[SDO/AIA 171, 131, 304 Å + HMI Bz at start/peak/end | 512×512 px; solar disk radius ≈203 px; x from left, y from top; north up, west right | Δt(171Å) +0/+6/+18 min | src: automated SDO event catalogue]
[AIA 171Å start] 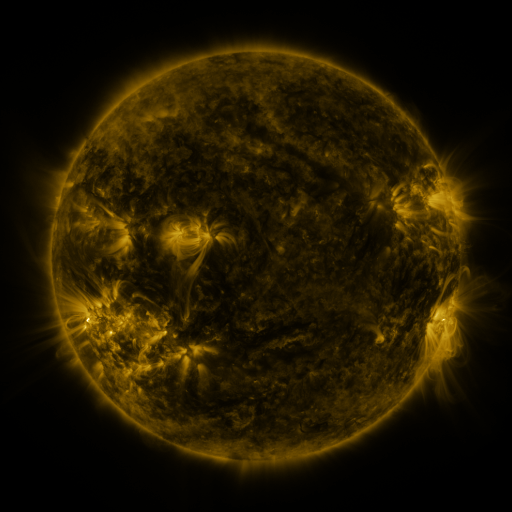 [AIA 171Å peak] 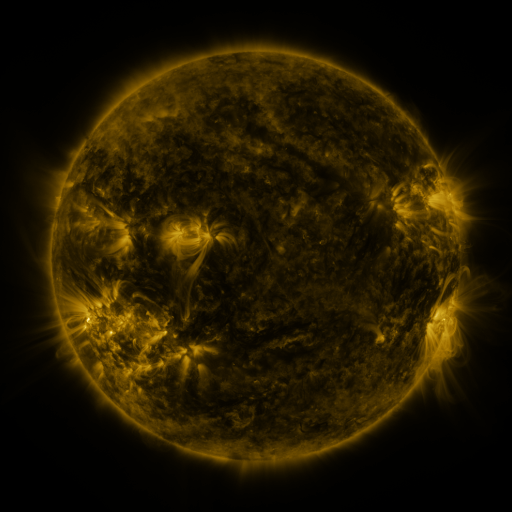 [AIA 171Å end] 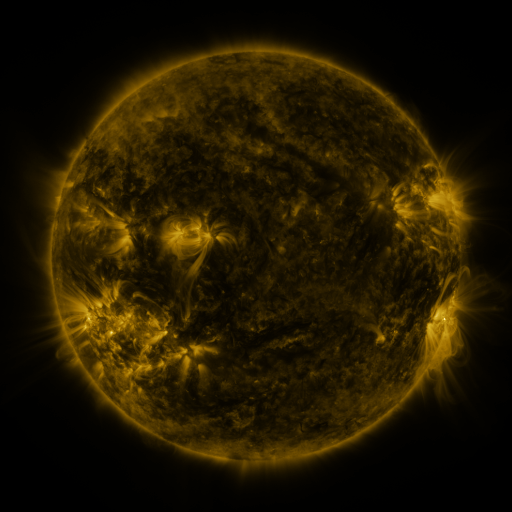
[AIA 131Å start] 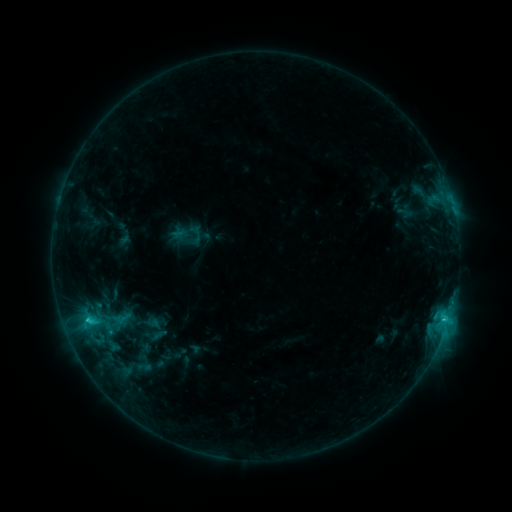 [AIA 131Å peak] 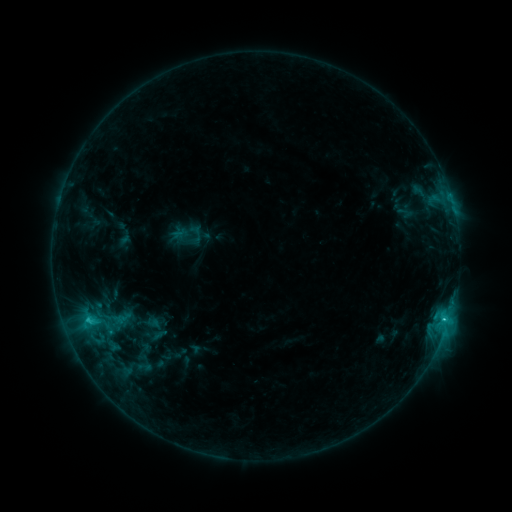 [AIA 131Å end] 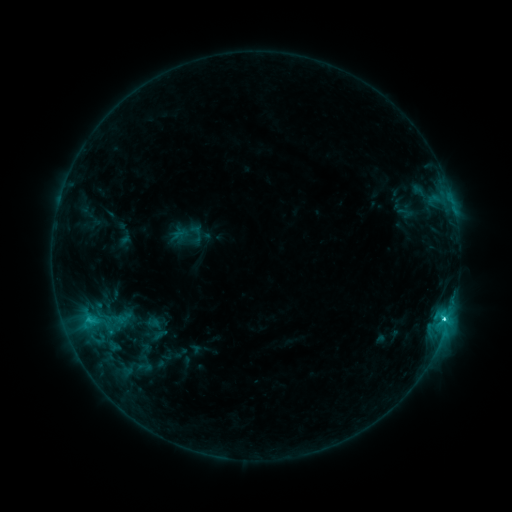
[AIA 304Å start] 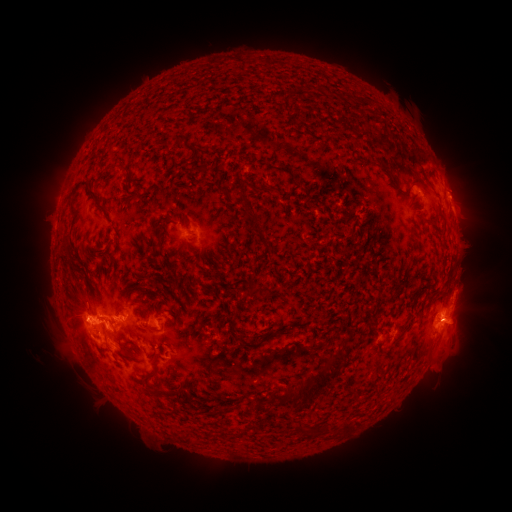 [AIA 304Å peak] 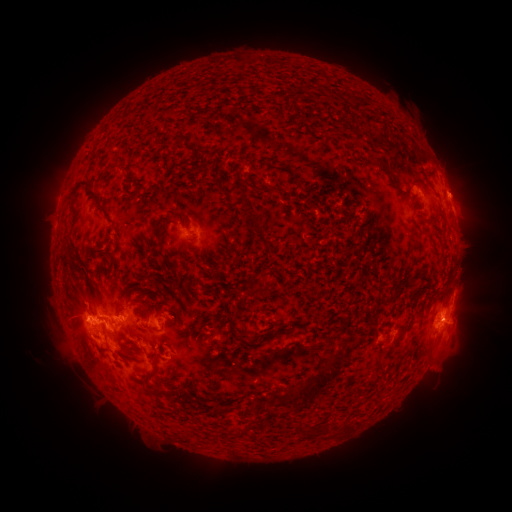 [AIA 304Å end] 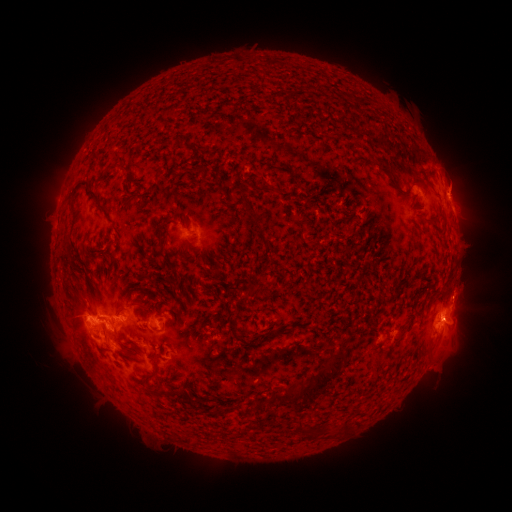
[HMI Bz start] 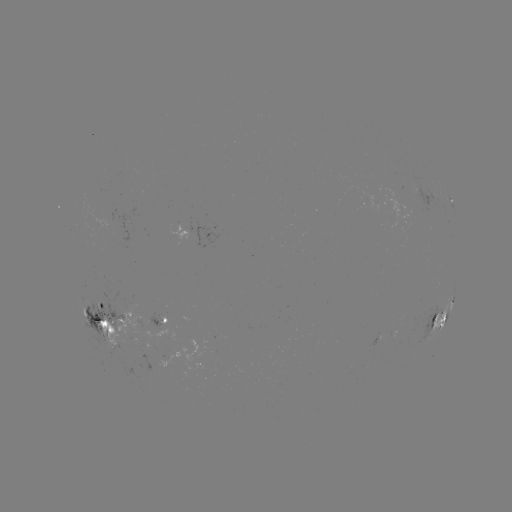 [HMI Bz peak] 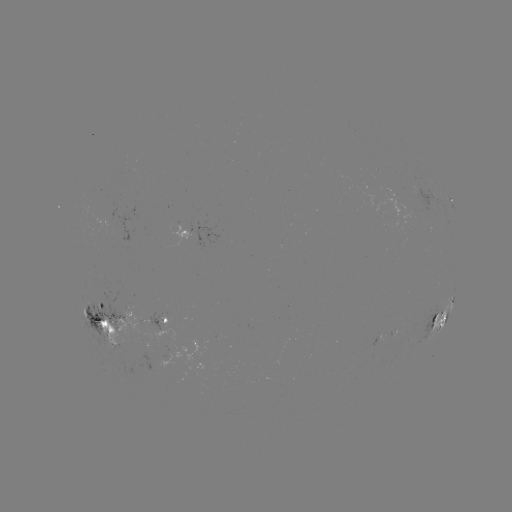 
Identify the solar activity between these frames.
eruption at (459, 188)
